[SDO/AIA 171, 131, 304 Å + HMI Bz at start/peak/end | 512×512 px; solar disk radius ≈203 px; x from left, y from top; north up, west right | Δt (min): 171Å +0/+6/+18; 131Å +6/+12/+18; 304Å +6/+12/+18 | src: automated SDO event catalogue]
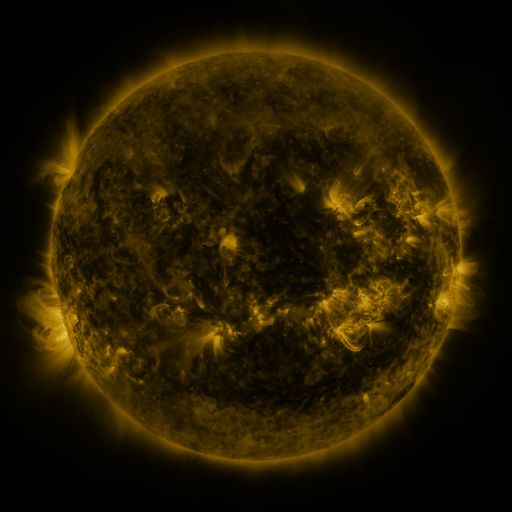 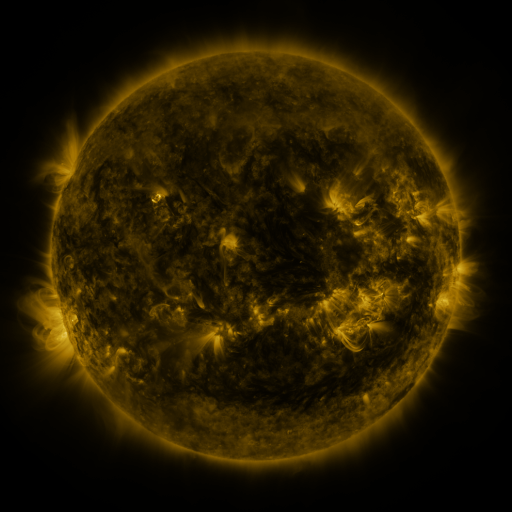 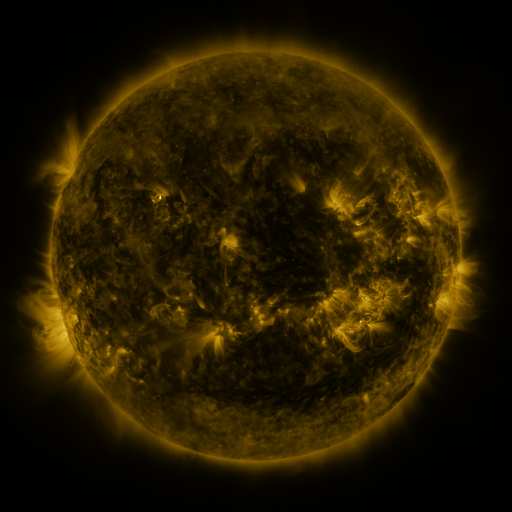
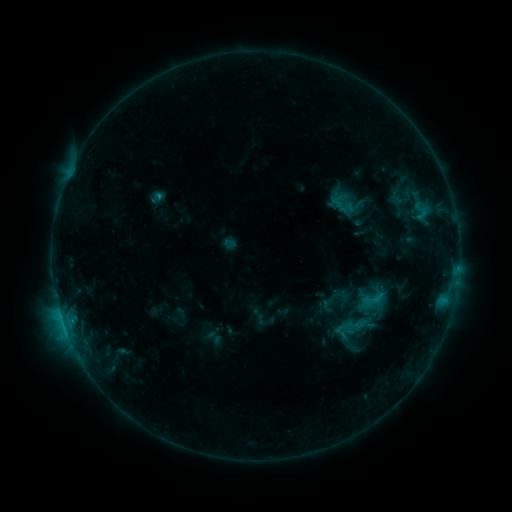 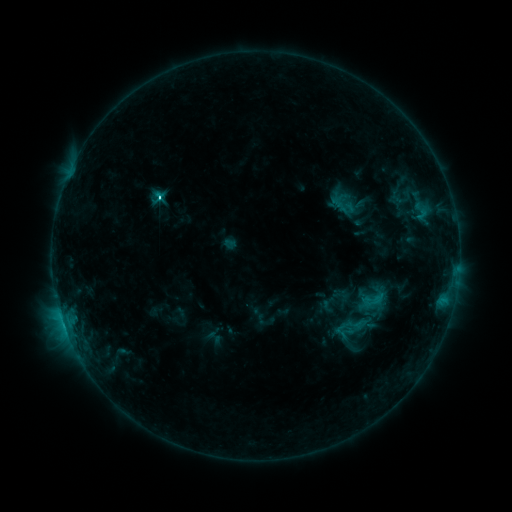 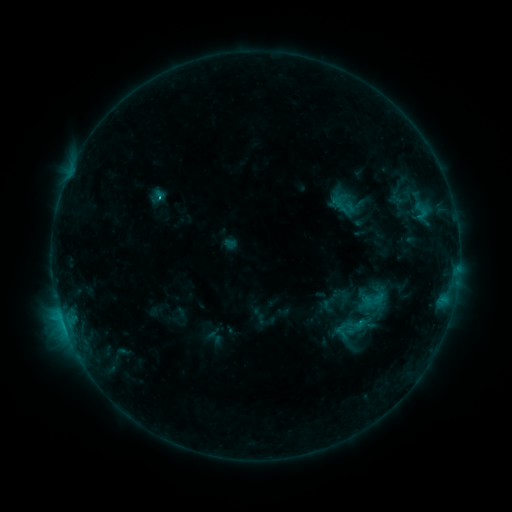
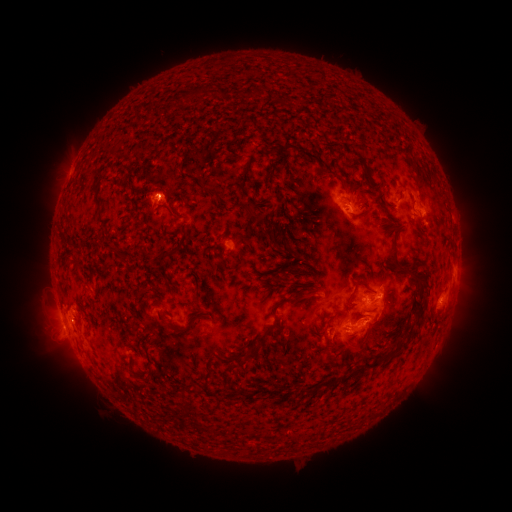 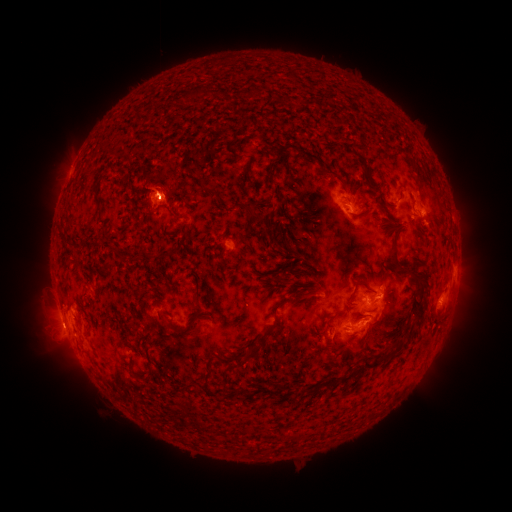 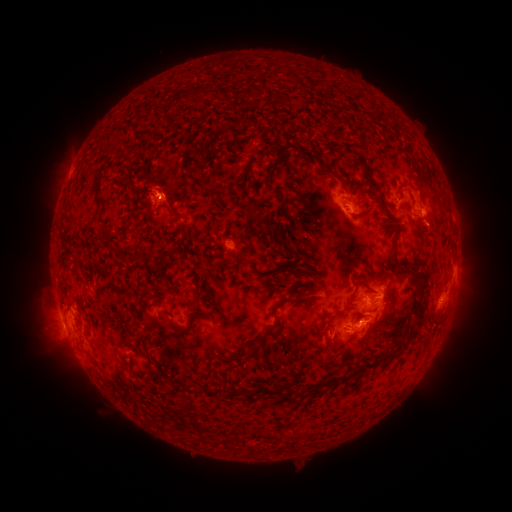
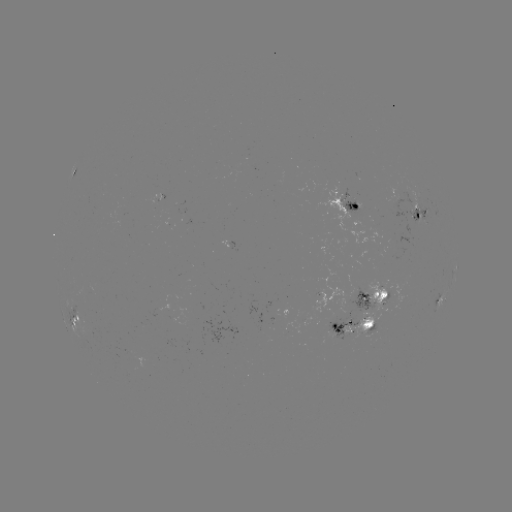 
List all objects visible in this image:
C3.9 flare: (161, 197)
